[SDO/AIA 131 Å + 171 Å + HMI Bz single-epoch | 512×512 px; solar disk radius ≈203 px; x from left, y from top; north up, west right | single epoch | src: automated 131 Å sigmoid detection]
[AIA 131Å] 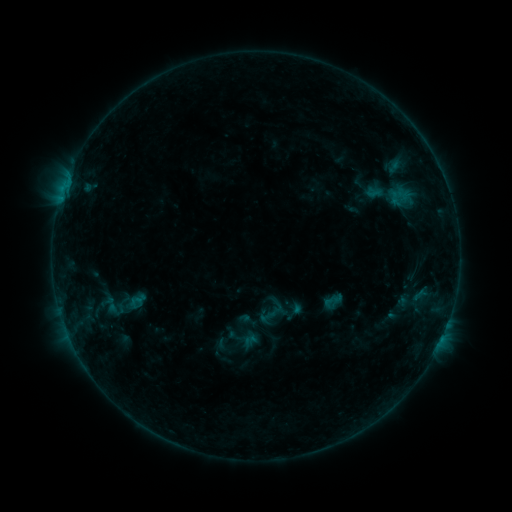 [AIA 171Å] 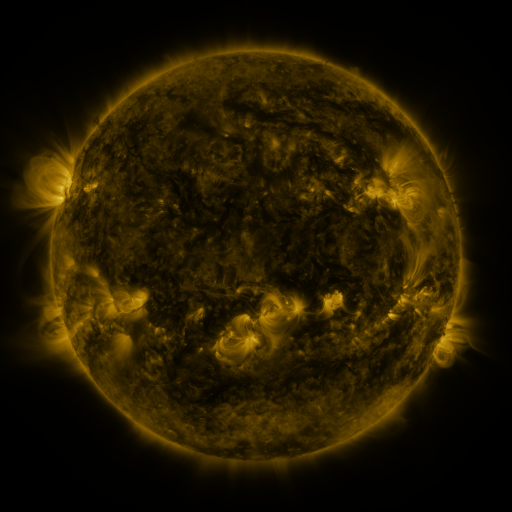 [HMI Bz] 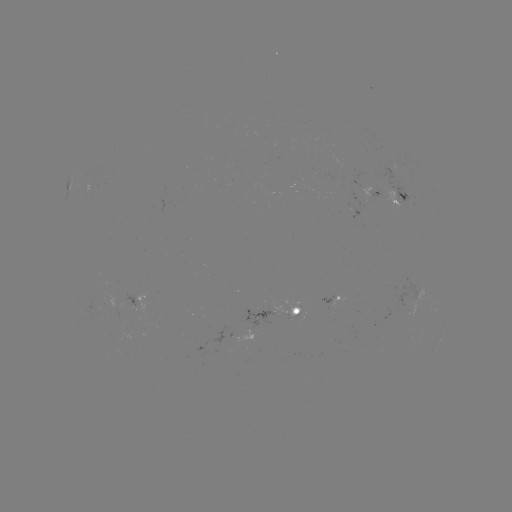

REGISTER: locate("sigmoid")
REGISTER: [244, 338]